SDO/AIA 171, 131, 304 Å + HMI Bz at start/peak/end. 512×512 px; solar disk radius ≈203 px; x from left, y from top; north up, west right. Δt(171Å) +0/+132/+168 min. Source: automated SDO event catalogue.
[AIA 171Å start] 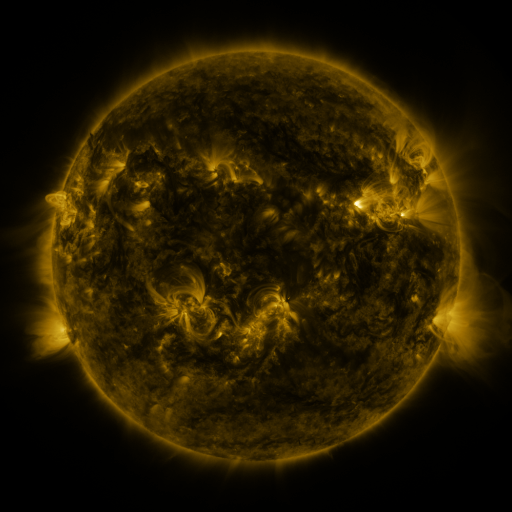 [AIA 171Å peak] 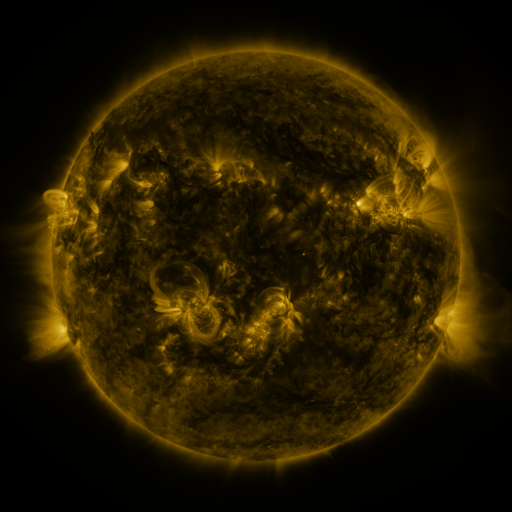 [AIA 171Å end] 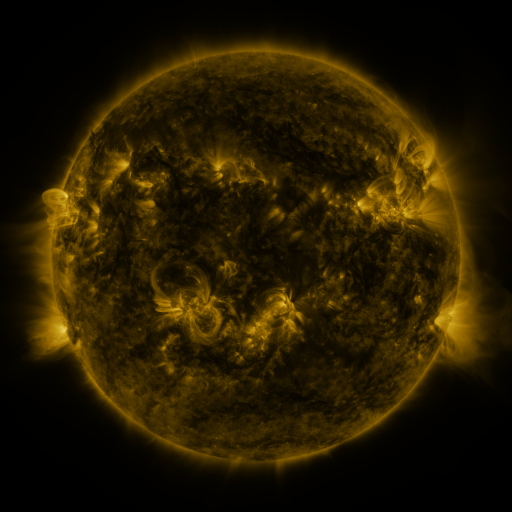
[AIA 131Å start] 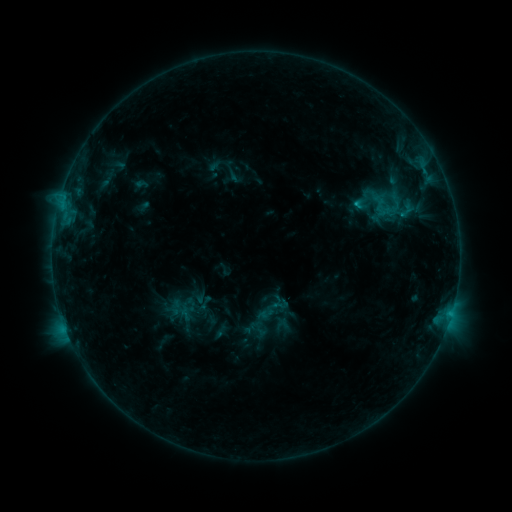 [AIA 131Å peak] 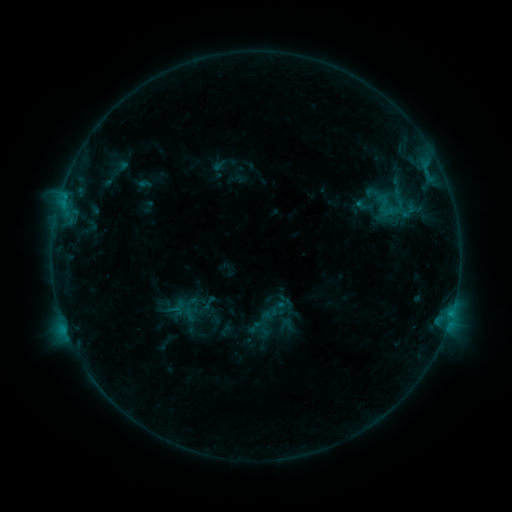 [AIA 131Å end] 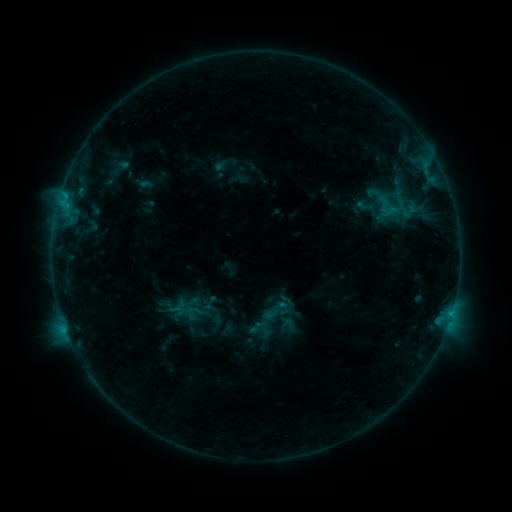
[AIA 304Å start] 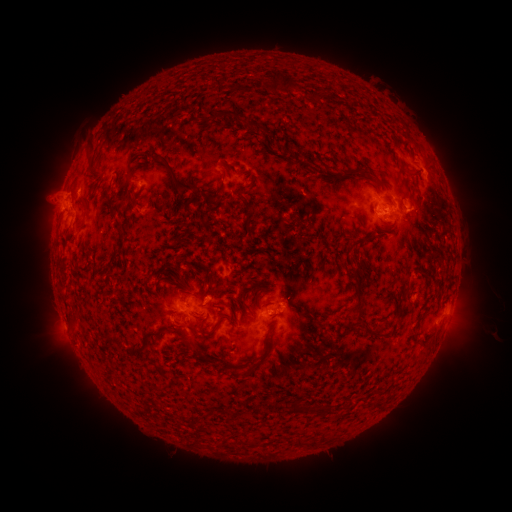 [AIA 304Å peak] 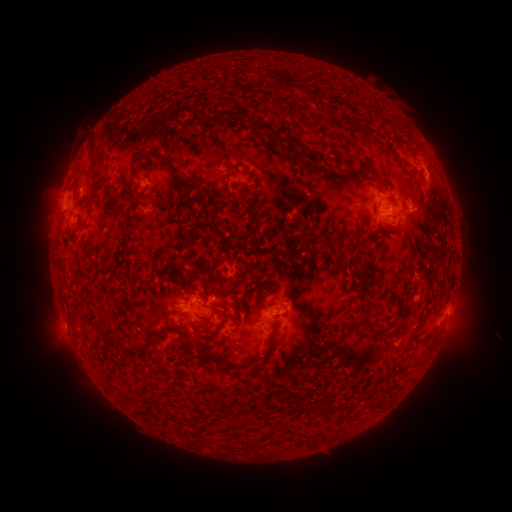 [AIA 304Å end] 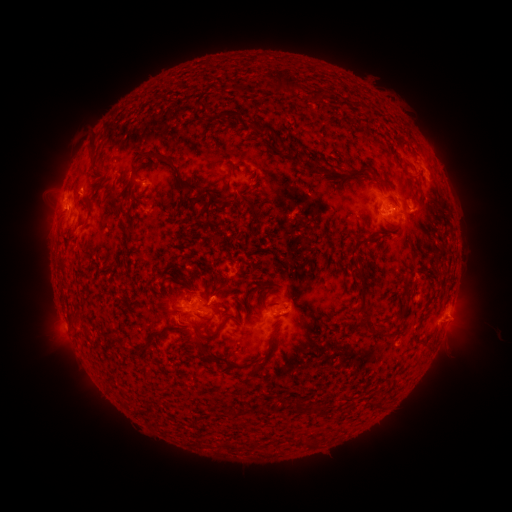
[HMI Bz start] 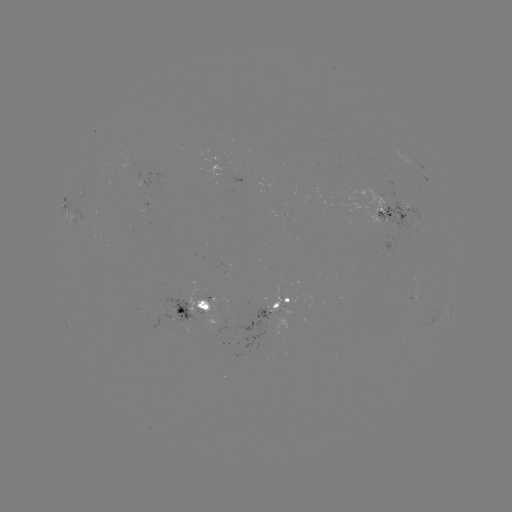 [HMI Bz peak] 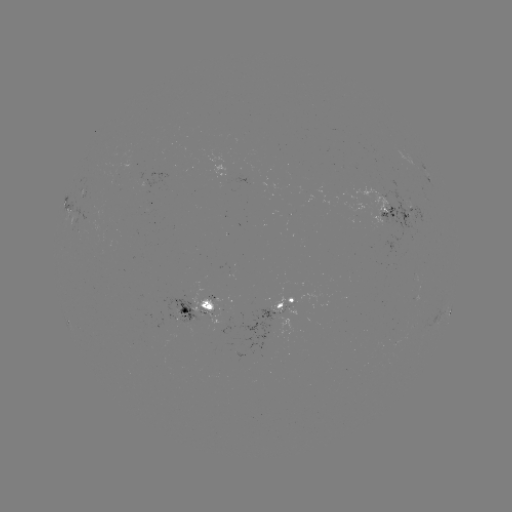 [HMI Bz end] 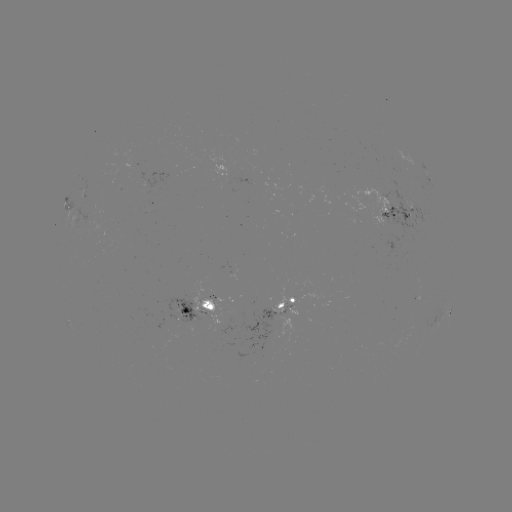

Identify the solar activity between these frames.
emerging-flux region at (285, 306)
